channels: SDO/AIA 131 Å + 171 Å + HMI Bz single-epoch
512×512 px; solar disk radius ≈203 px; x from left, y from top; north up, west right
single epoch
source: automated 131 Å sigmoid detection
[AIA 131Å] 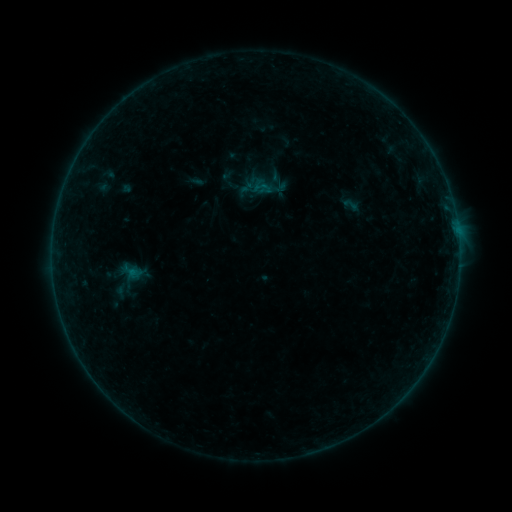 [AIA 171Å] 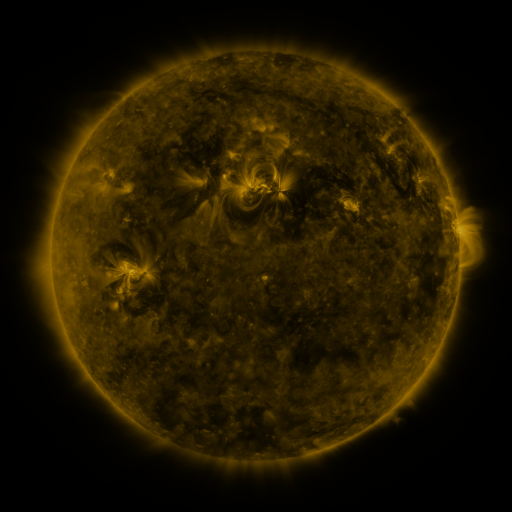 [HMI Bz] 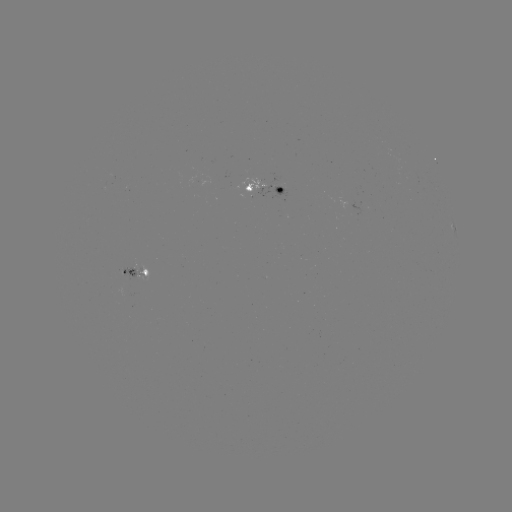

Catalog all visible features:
sigmoid: (262, 187)
